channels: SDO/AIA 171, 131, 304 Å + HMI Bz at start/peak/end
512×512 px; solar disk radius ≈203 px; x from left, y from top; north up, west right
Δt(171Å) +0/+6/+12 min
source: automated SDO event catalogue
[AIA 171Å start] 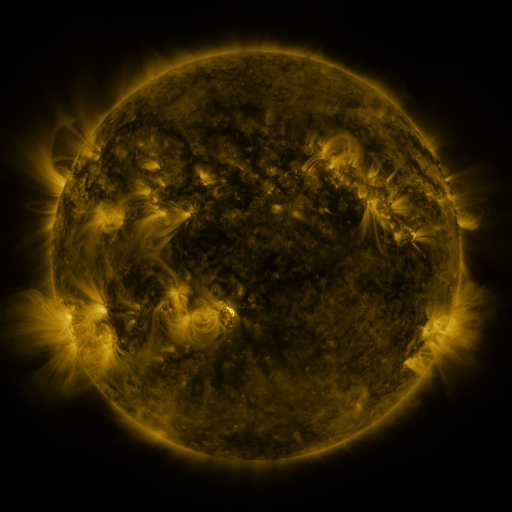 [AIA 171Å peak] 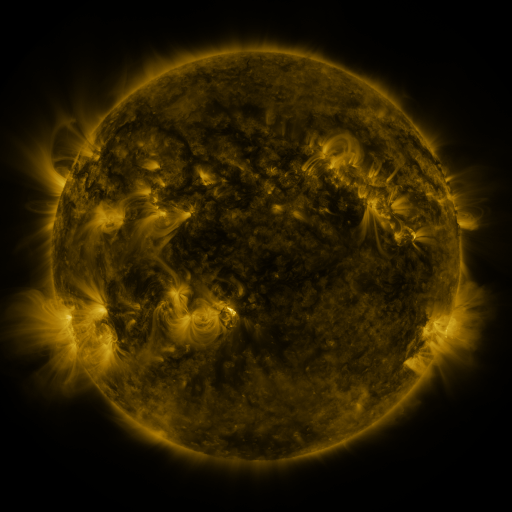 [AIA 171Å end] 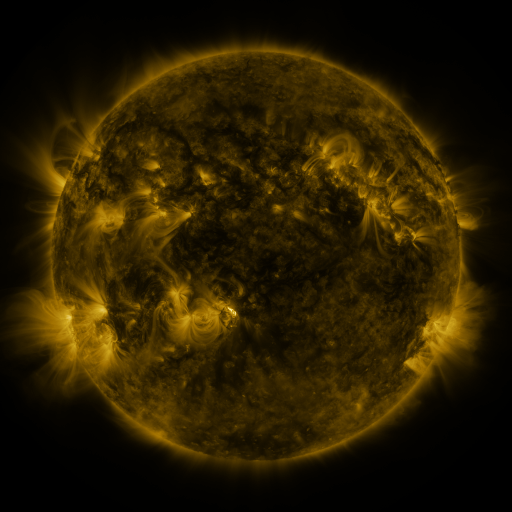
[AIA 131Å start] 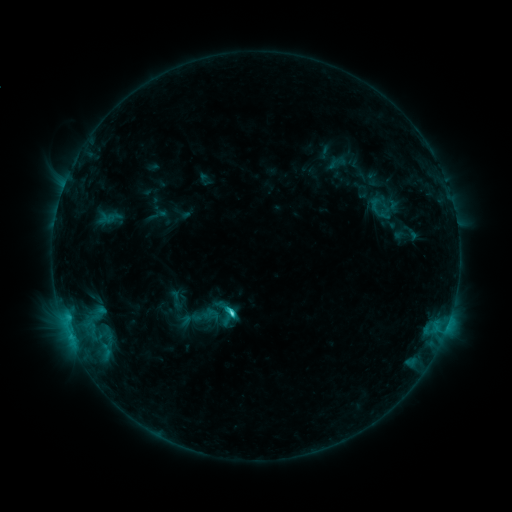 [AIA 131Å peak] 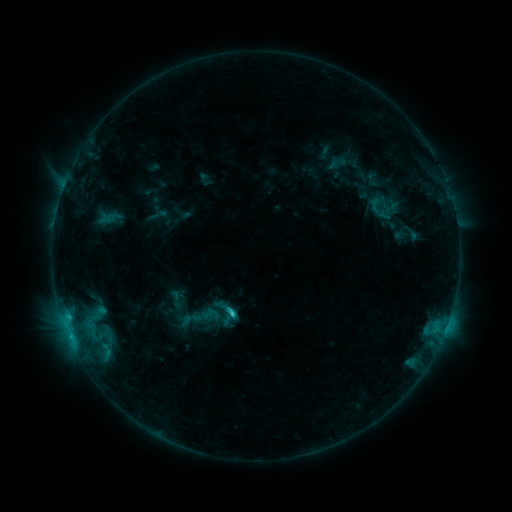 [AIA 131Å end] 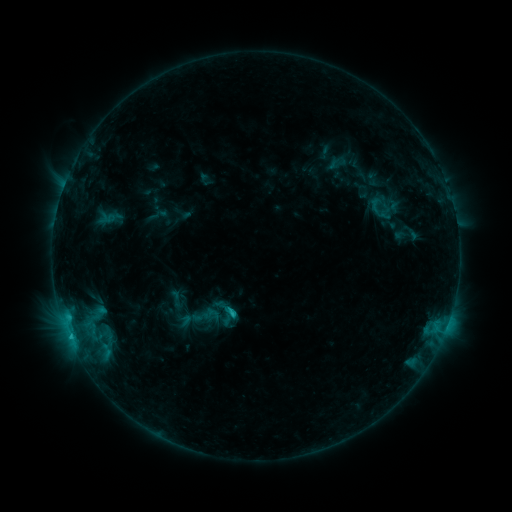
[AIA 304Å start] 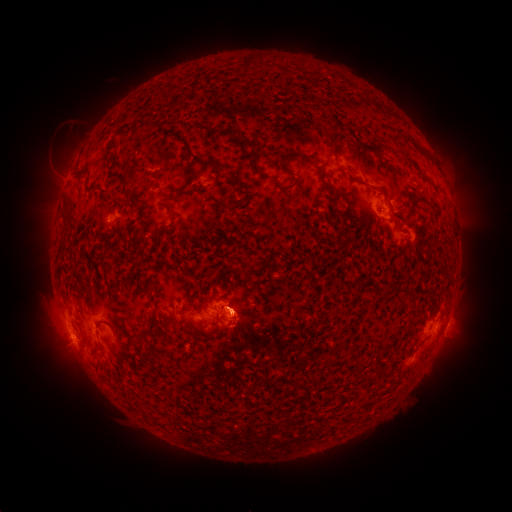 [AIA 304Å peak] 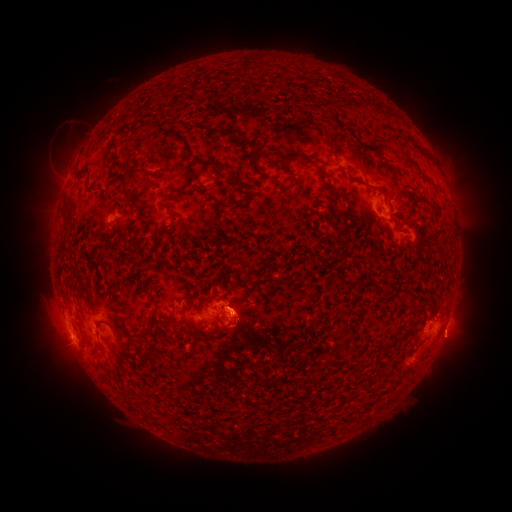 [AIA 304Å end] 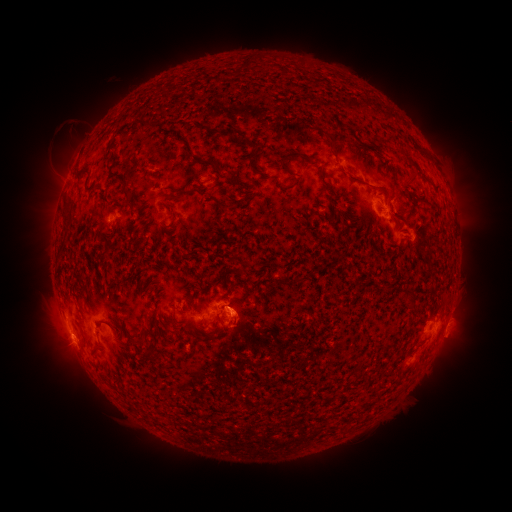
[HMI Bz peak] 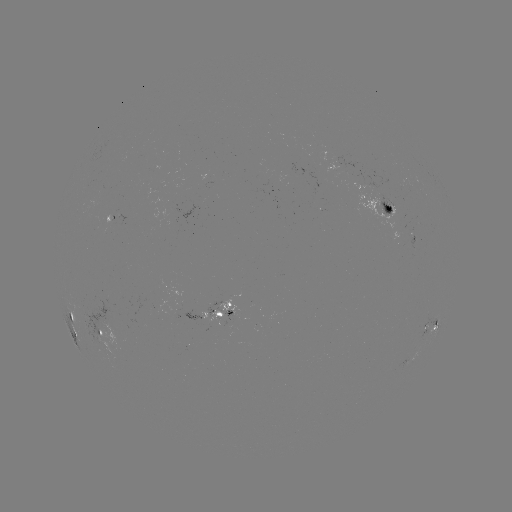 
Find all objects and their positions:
eruption: (454, 342)
